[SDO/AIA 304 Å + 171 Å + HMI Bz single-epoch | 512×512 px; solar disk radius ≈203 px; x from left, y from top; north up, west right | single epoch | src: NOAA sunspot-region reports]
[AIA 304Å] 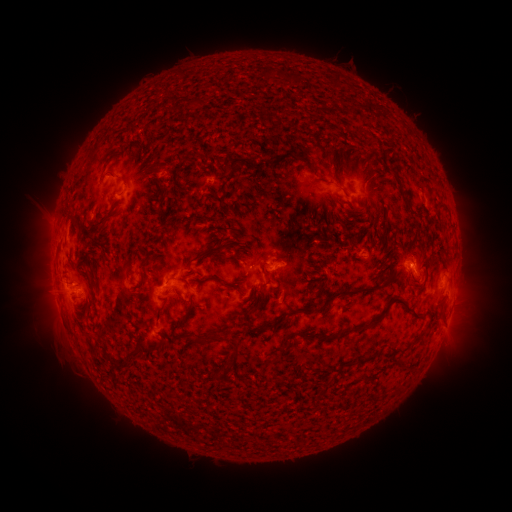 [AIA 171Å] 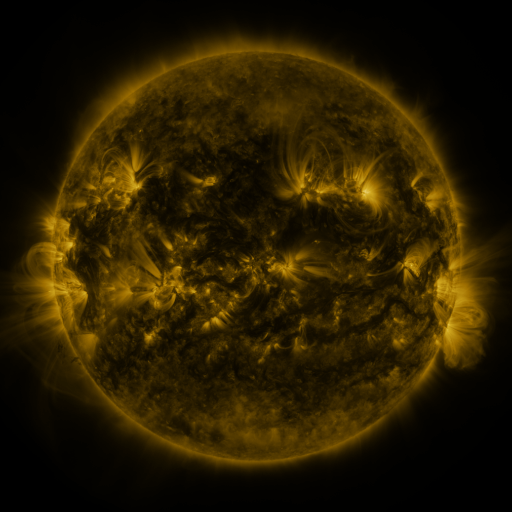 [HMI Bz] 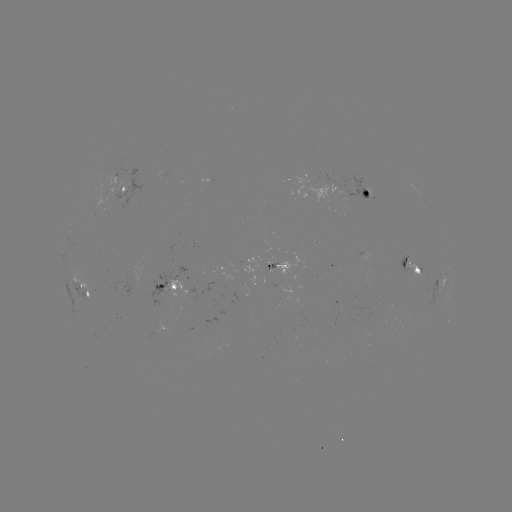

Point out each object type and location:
spotted active region: (375, 191)
spotted active region: (123, 192)
spotted active region: (410, 264)
spotted active region: (245, 270)
spotted active region: (447, 283)
spotted active region: (172, 286)
spotted active region: (85, 296)
